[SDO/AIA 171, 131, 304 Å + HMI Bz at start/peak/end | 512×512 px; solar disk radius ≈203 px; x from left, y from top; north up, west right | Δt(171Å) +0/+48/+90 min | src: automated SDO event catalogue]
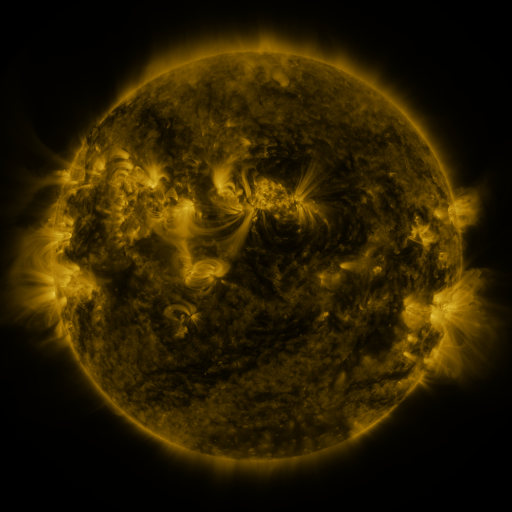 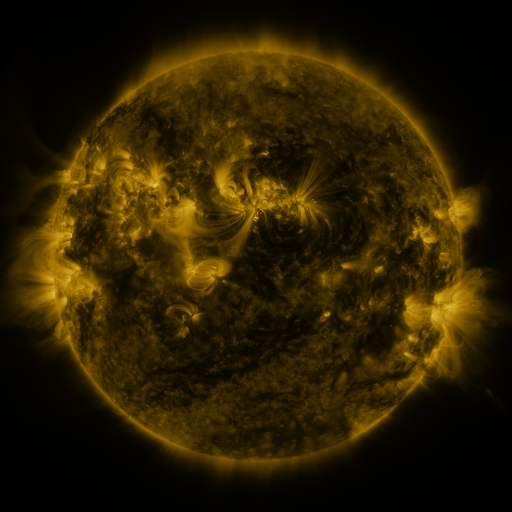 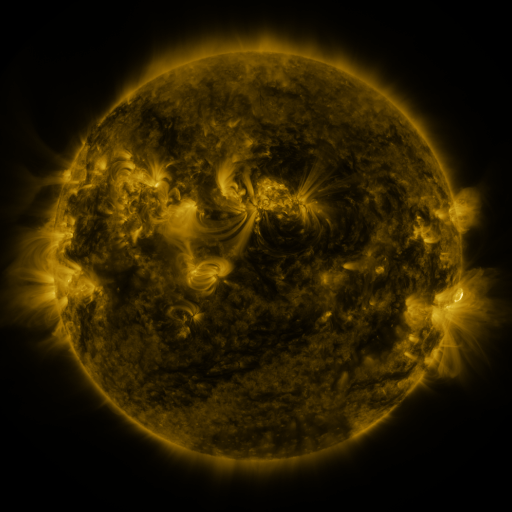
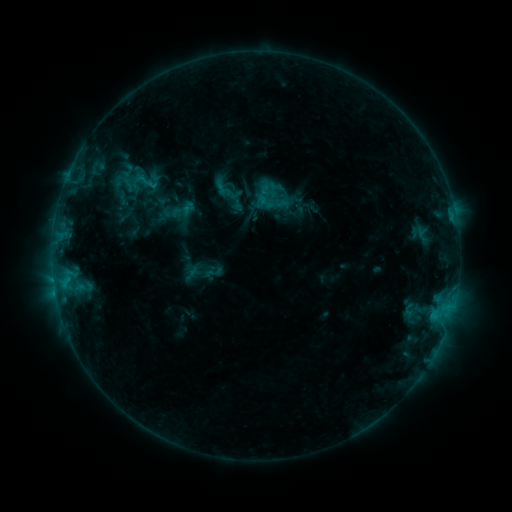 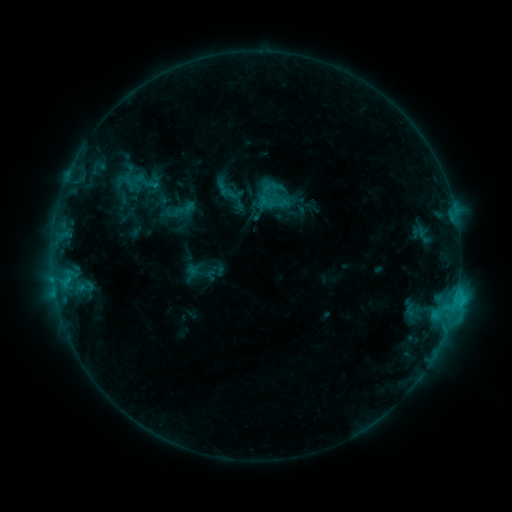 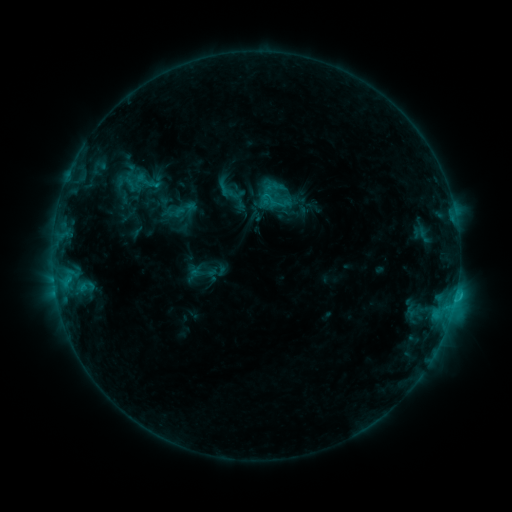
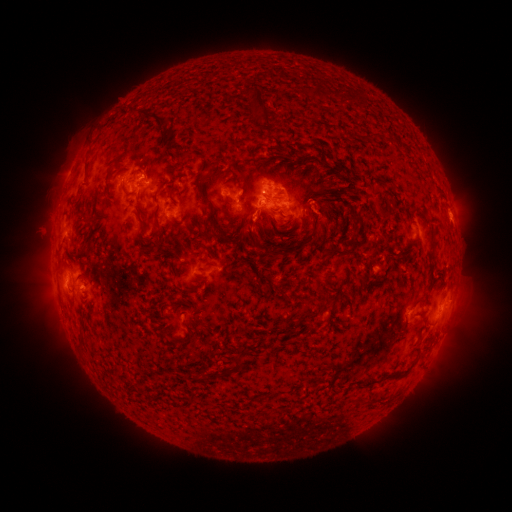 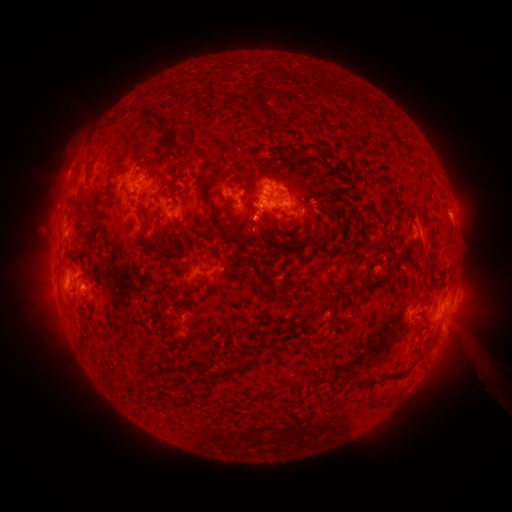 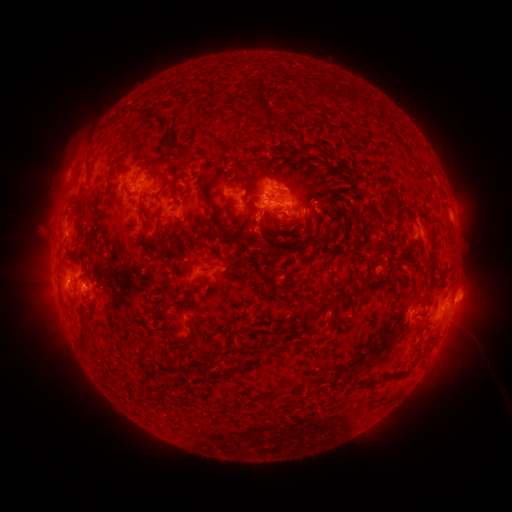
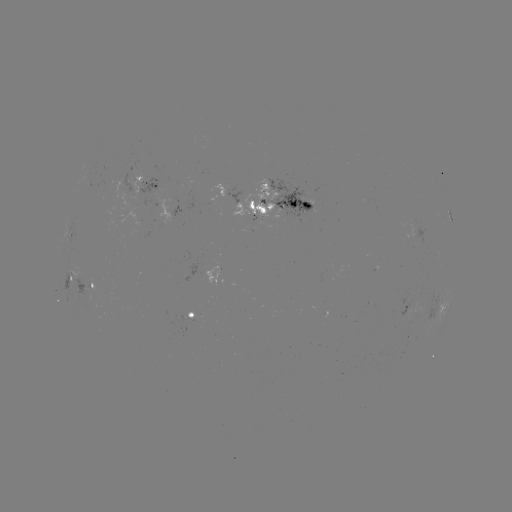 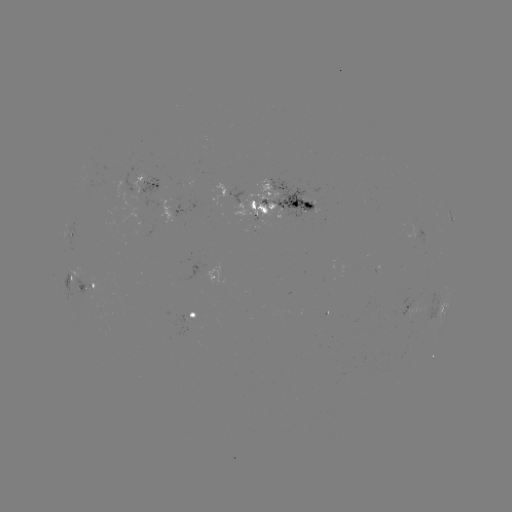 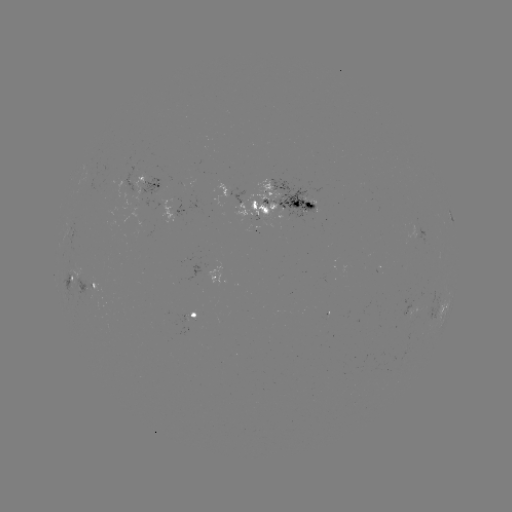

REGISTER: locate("C2.6 flare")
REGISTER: [444, 327]